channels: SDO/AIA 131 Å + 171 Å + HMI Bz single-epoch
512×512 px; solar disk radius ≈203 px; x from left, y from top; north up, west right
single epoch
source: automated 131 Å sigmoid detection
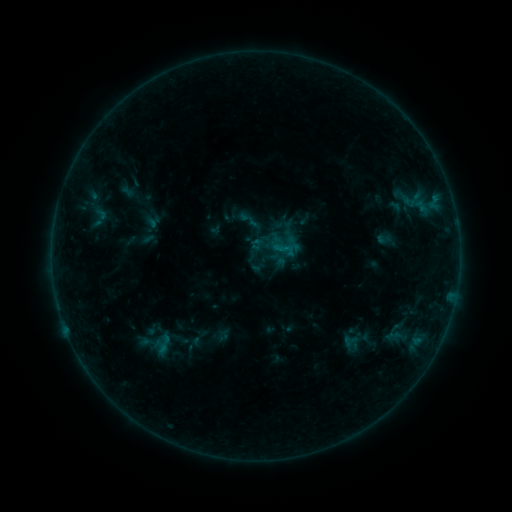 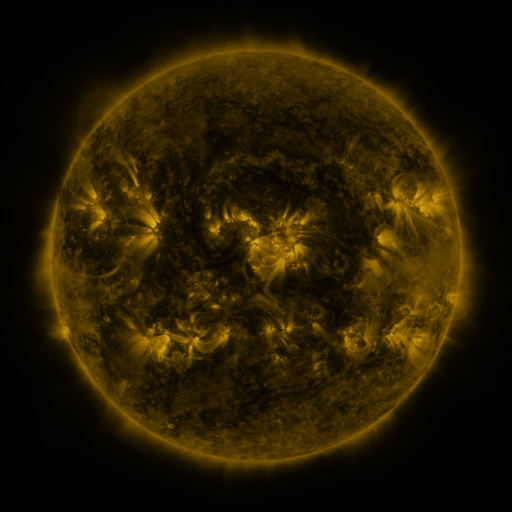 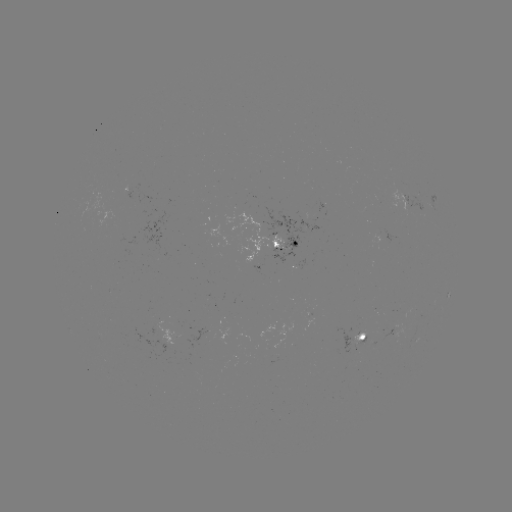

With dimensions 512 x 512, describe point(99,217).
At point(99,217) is sigmoid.